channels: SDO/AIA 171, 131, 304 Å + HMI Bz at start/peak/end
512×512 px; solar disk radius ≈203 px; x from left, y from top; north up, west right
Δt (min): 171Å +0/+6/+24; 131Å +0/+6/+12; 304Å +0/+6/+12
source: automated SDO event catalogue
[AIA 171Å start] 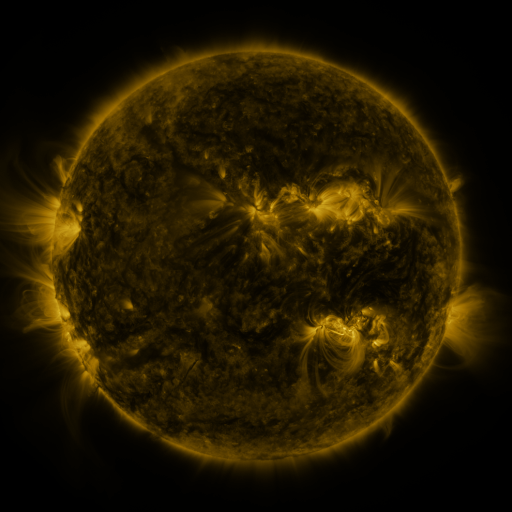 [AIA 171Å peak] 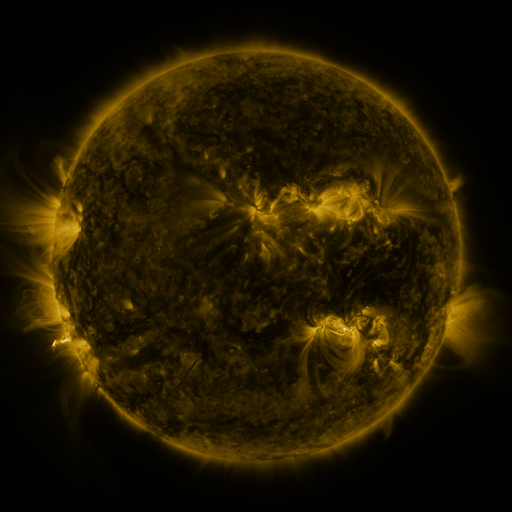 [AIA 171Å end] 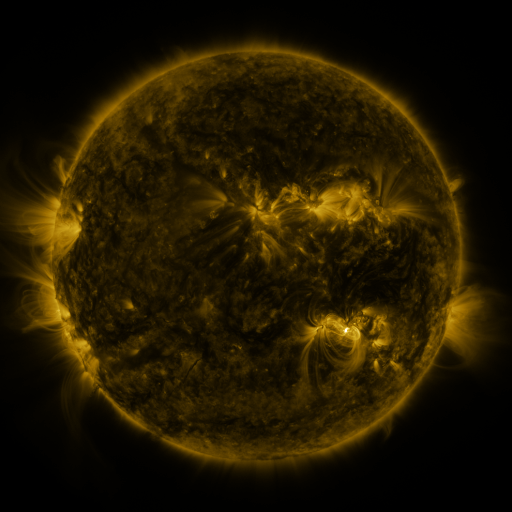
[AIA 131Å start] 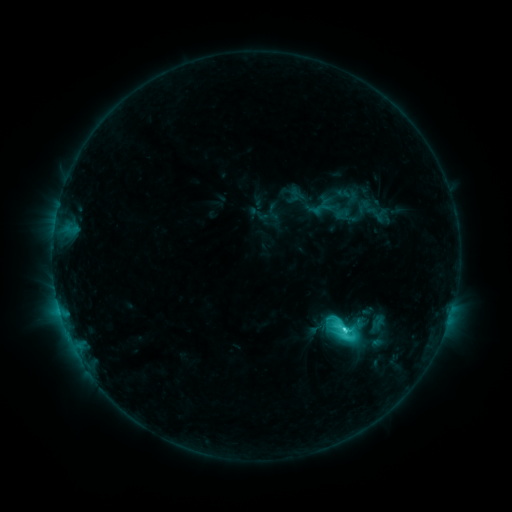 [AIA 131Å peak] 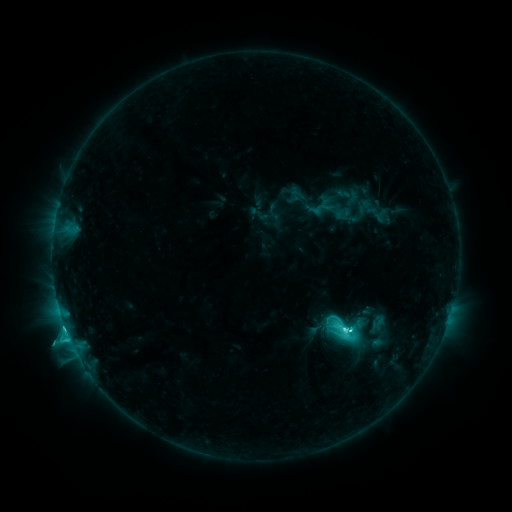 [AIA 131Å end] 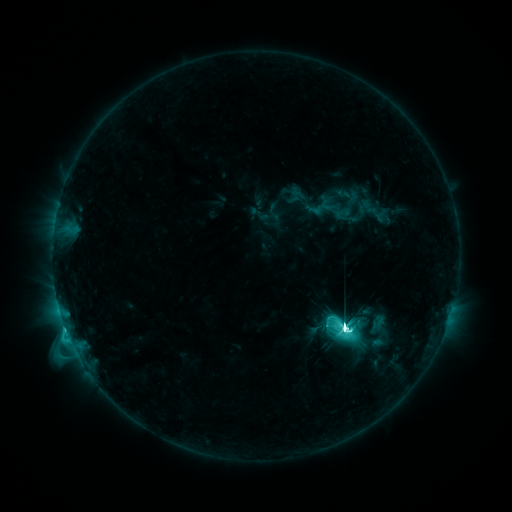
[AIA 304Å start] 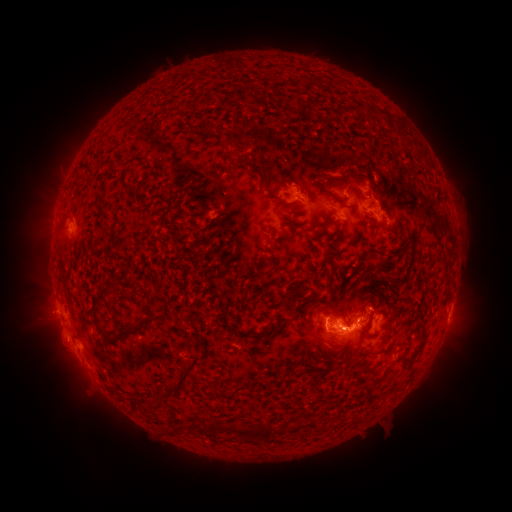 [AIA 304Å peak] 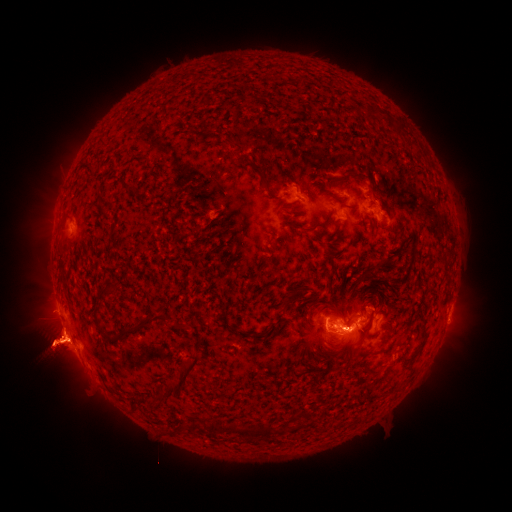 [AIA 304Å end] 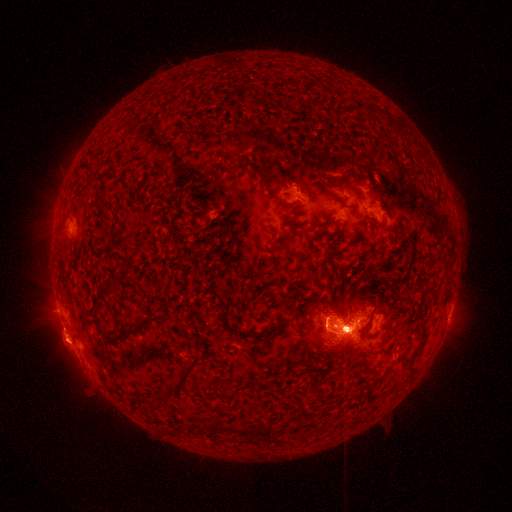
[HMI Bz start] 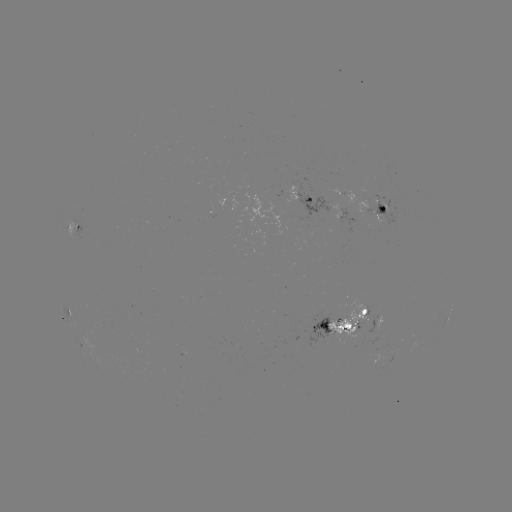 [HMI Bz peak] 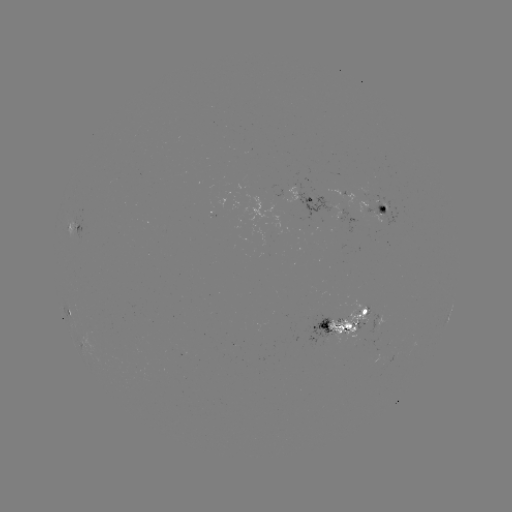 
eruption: <bbox>0, 177, 145, 420</bbox>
